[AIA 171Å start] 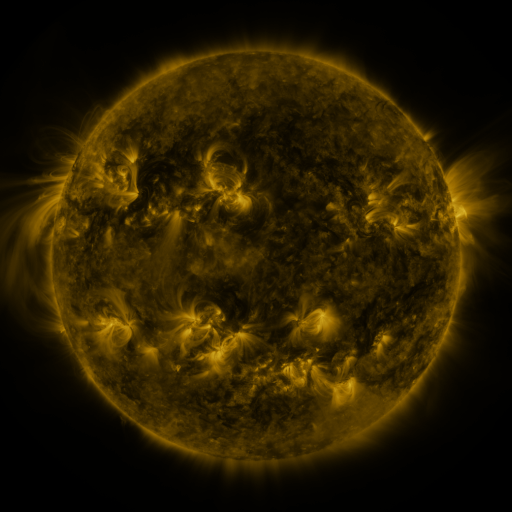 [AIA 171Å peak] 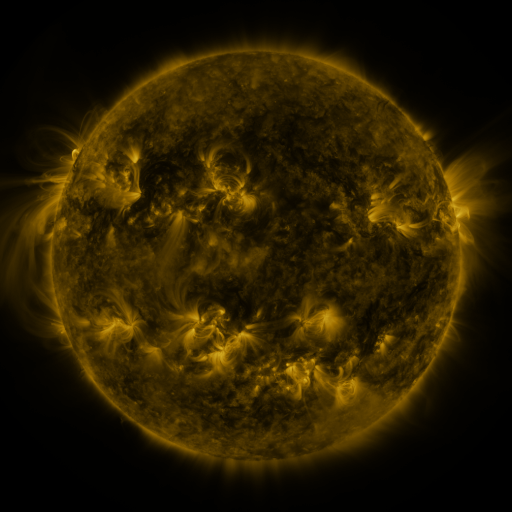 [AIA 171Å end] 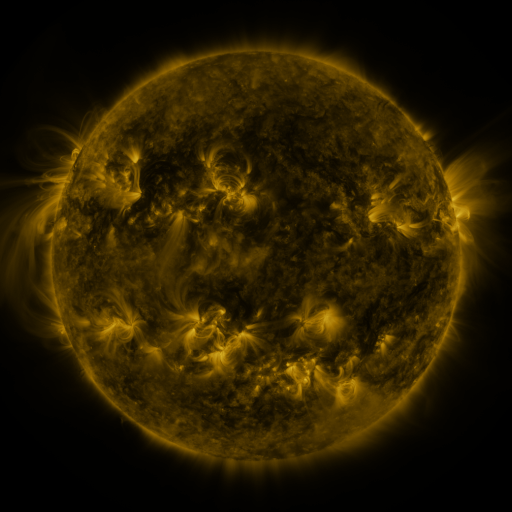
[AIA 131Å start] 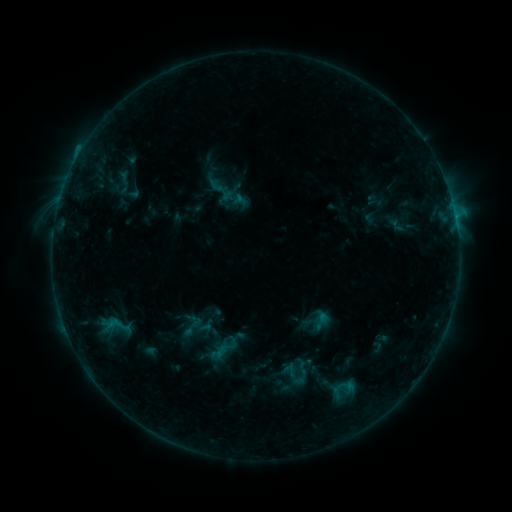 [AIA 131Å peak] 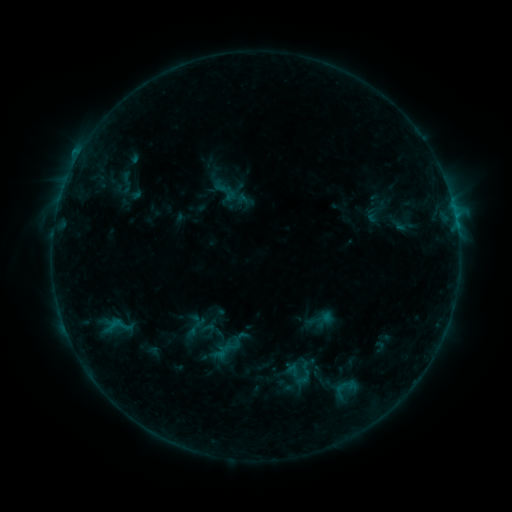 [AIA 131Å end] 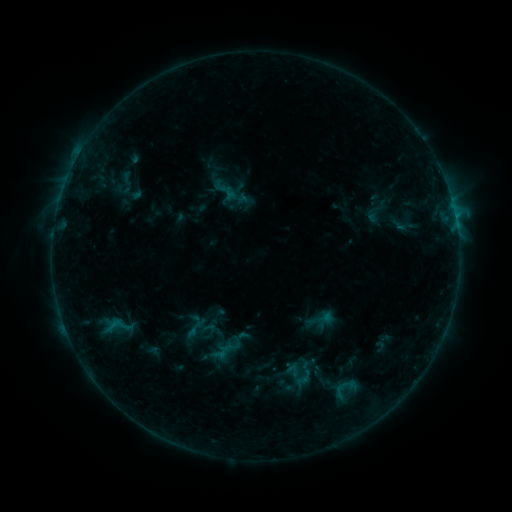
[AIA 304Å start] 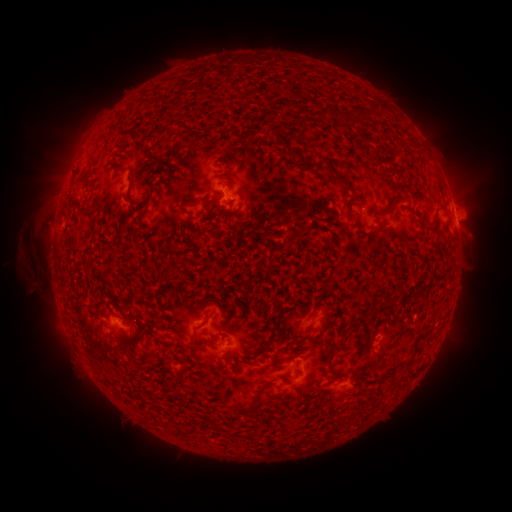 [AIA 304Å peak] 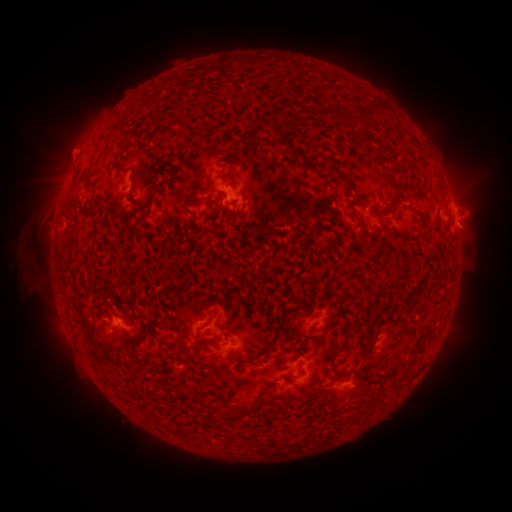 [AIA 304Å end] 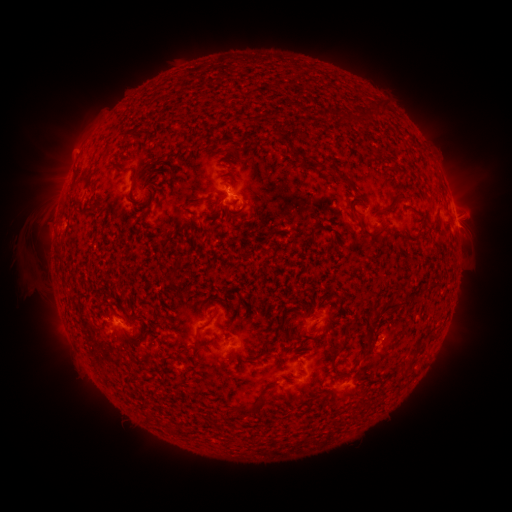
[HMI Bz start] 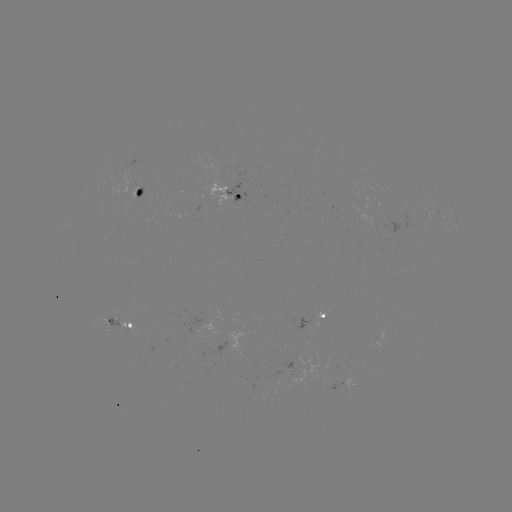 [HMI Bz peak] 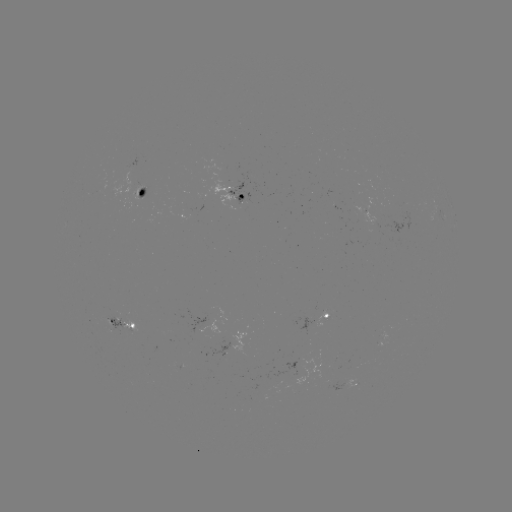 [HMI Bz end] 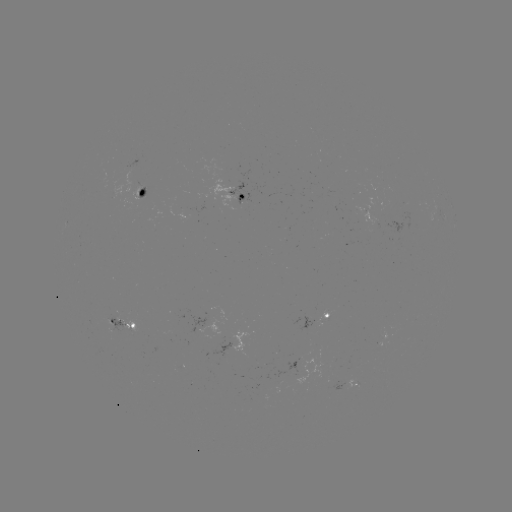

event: emerging-flux region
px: (137, 194)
